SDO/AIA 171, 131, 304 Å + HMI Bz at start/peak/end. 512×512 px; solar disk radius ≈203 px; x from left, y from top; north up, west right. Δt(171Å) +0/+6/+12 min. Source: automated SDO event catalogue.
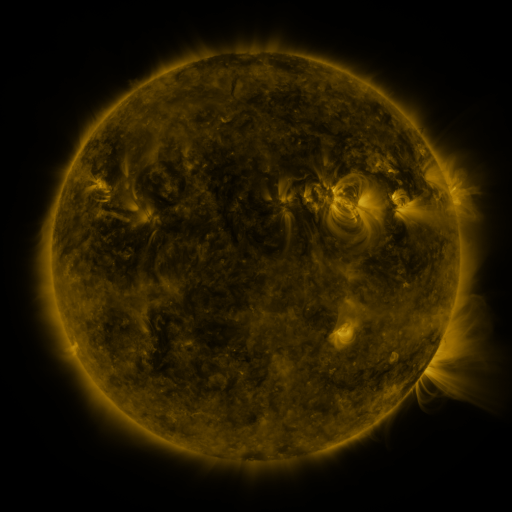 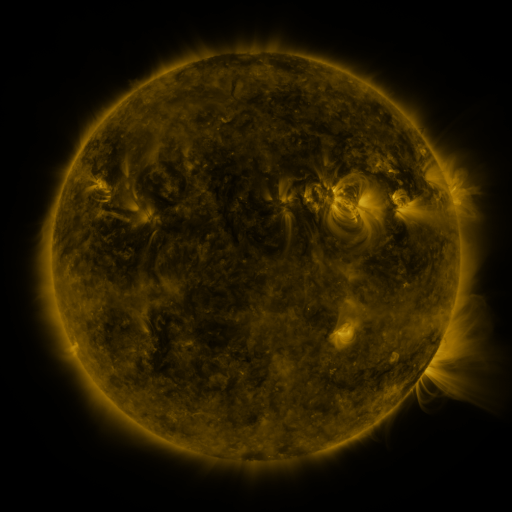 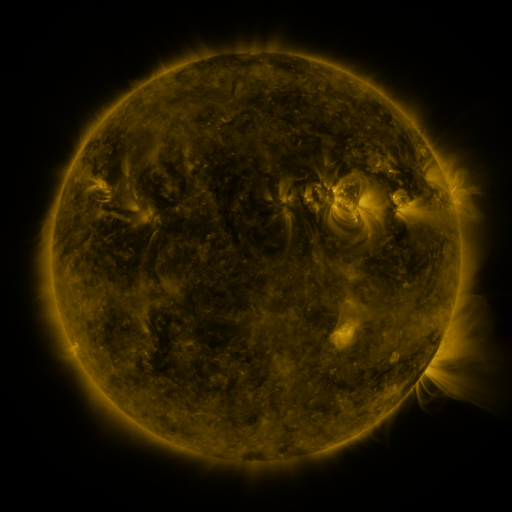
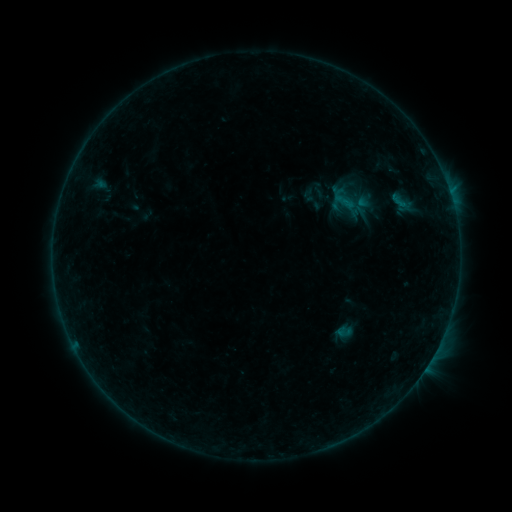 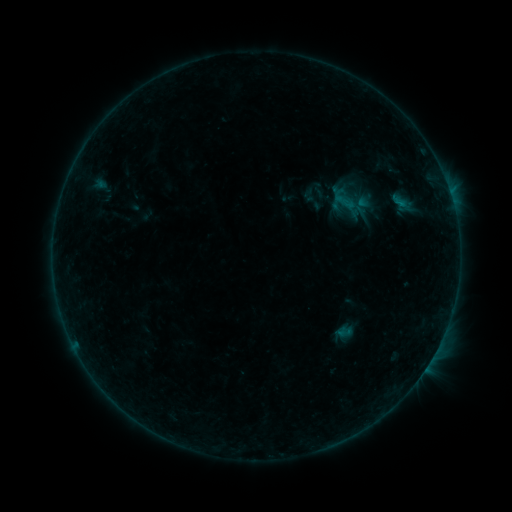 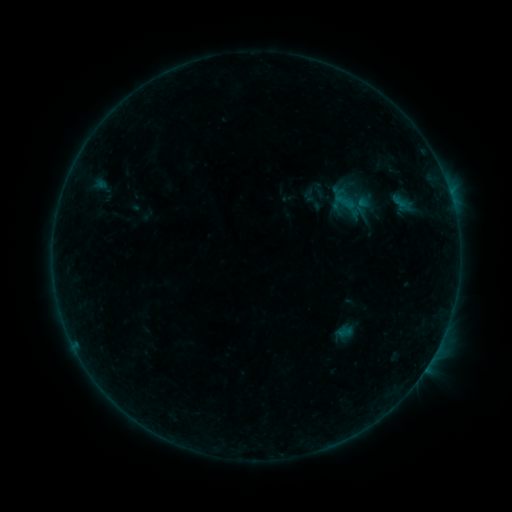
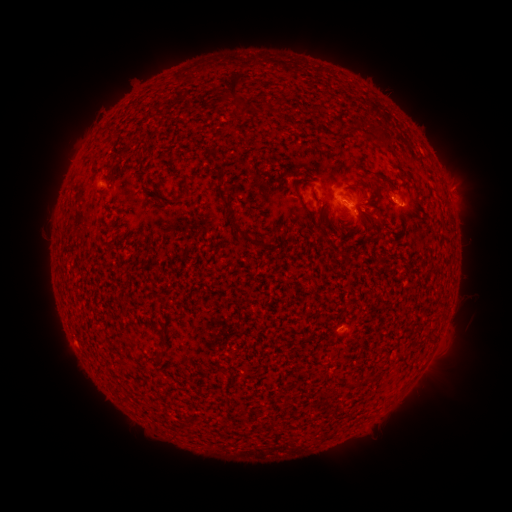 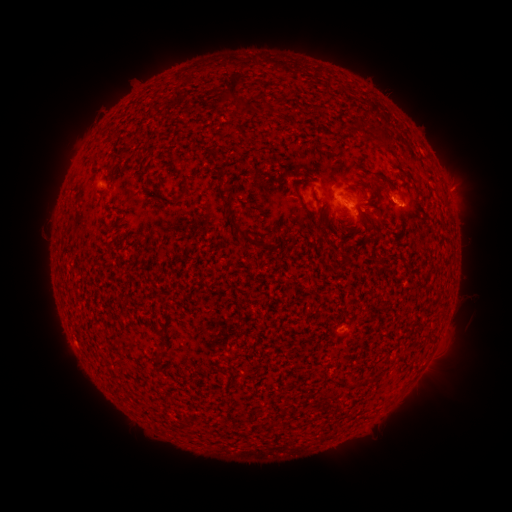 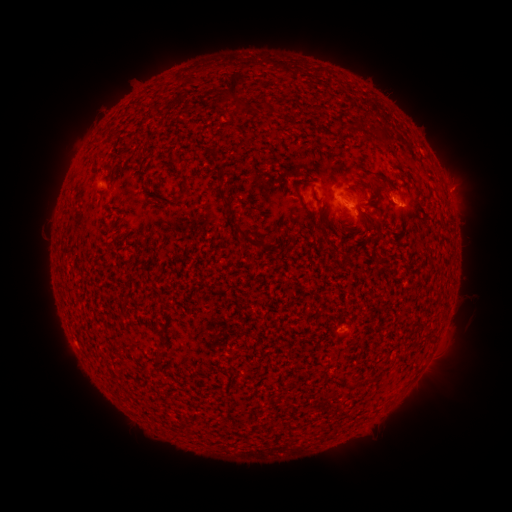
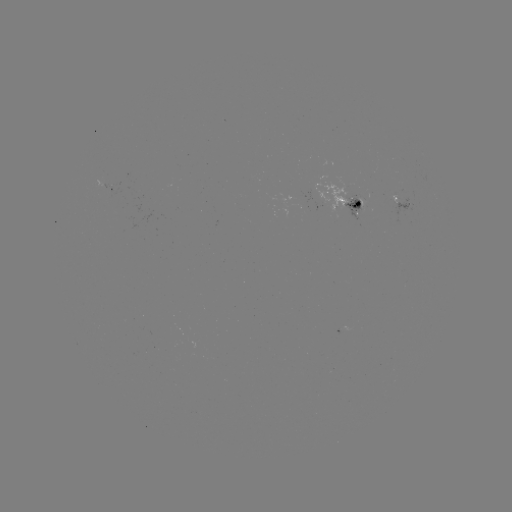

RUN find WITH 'B3.7 flare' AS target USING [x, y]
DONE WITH [402, 208] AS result